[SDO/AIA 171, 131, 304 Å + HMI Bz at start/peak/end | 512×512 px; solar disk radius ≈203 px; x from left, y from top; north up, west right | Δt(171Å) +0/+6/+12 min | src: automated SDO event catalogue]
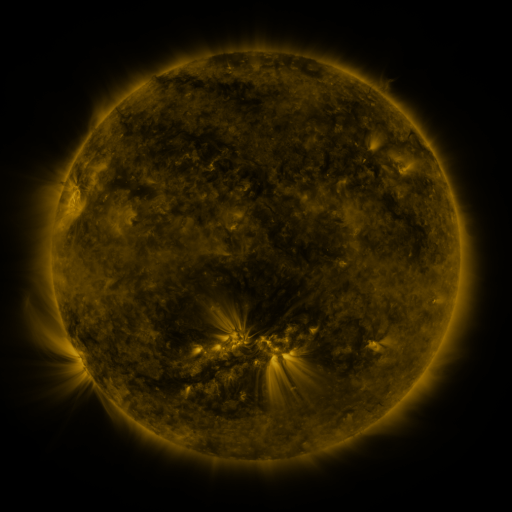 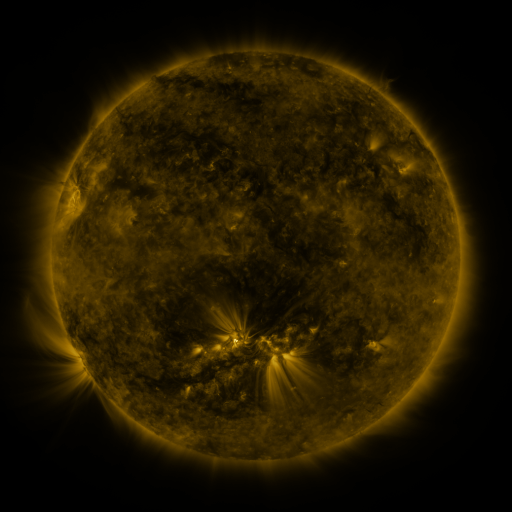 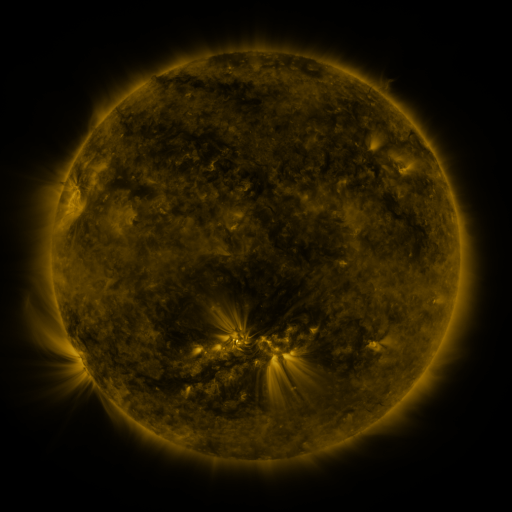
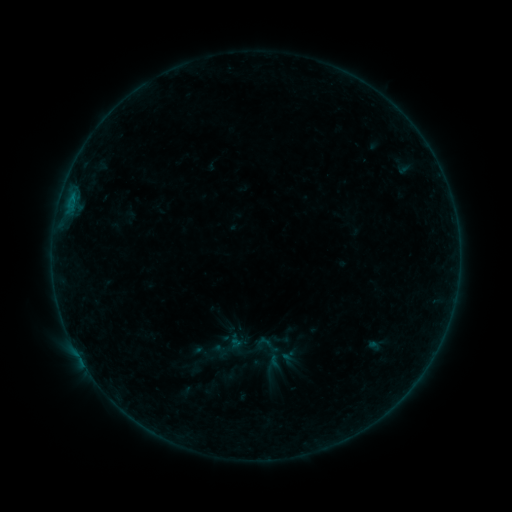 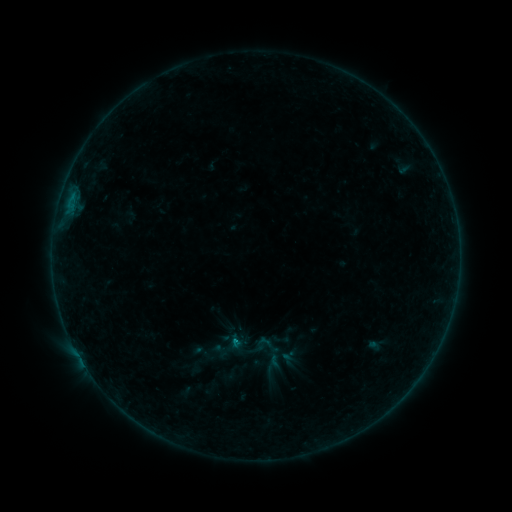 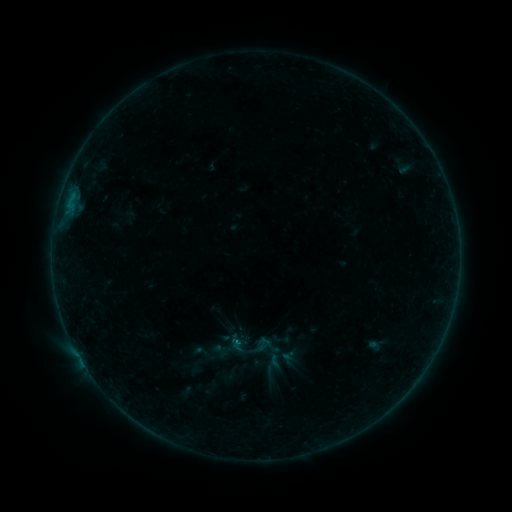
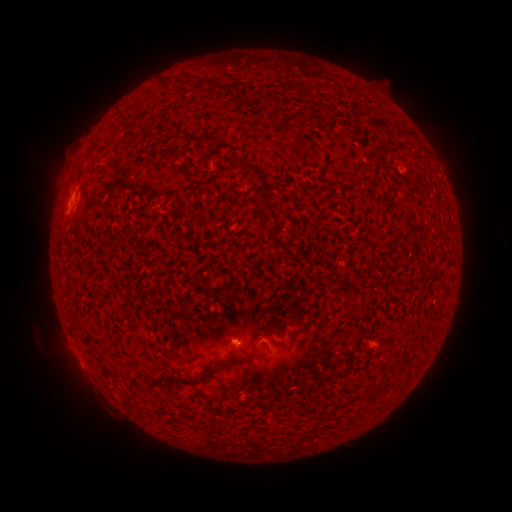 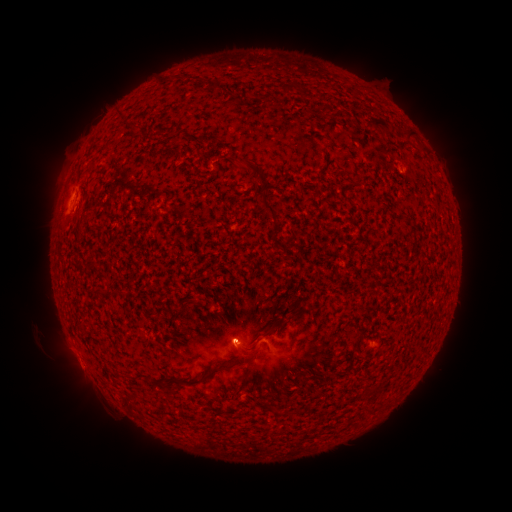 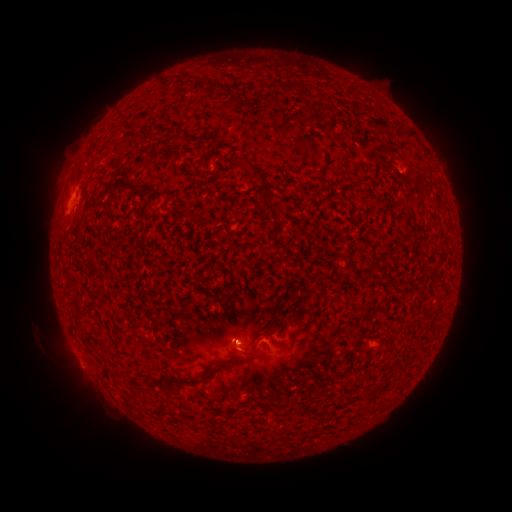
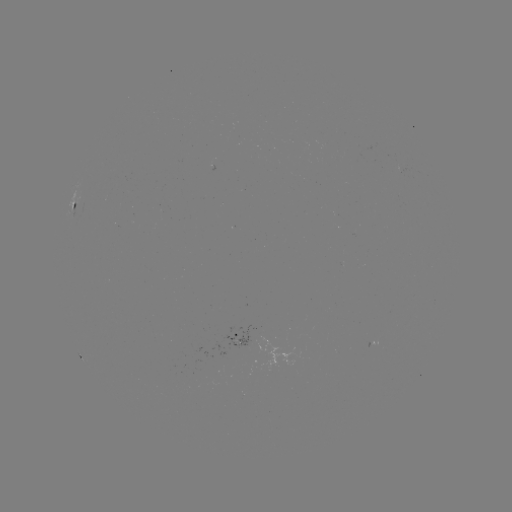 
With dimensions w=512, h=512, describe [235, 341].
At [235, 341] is B3.9 flare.